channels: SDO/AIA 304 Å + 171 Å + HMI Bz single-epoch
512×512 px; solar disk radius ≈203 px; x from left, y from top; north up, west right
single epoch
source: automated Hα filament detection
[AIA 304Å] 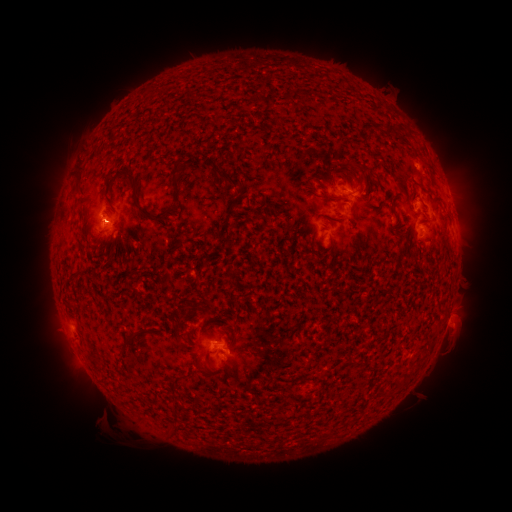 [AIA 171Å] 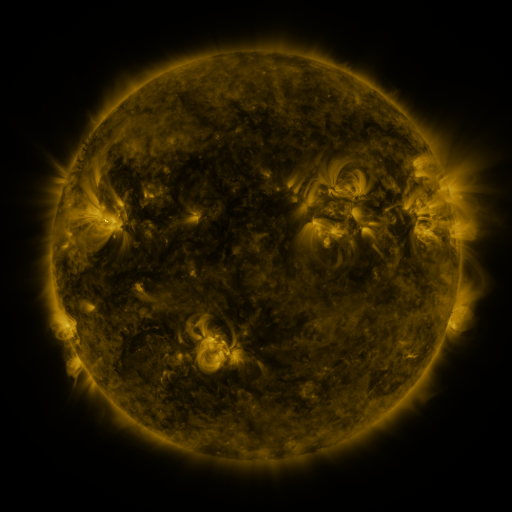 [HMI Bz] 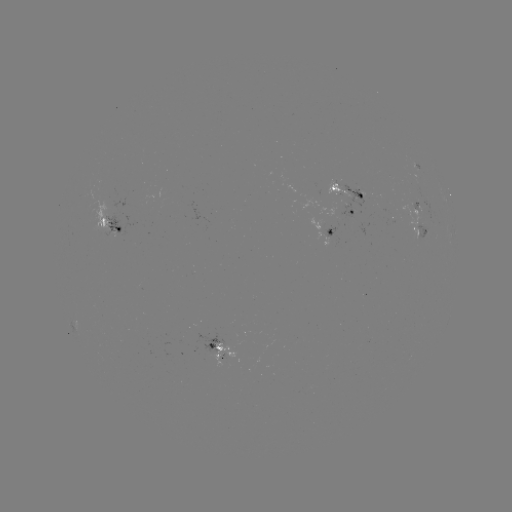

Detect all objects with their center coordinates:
filament: (227, 178)
filament: (134, 184)
filament: (343, 205)
filament: (143, 210)
filament: (162, 214)
filament: (206, 308)
filament: (128, 338)
filament: (349, 363)
